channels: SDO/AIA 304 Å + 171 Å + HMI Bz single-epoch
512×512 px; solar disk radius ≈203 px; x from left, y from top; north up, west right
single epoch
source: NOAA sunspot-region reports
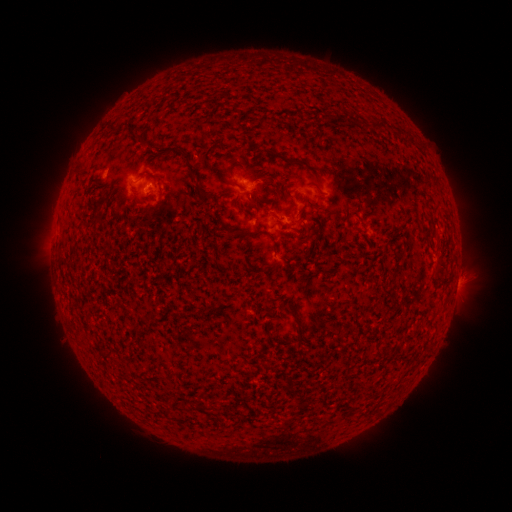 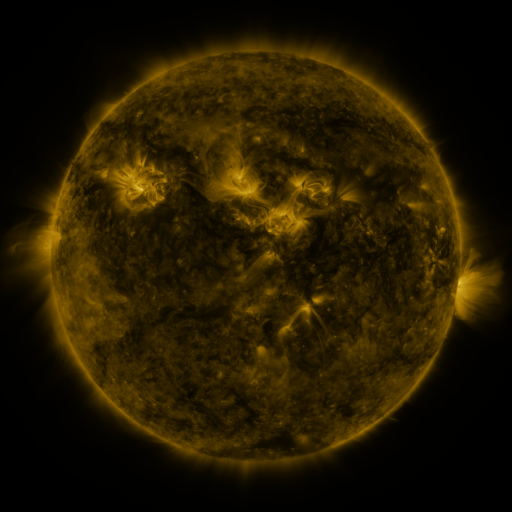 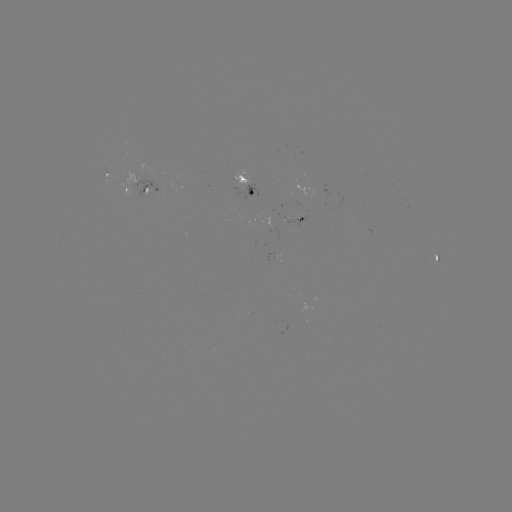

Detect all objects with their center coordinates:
spotted active region: (108, 174)
spotted active region: (135, 185)
spotted active region: (249, 185)
spotted active region: (298, 220)
spotted active region: (438, 260)
spotted active region: (456, 287)
